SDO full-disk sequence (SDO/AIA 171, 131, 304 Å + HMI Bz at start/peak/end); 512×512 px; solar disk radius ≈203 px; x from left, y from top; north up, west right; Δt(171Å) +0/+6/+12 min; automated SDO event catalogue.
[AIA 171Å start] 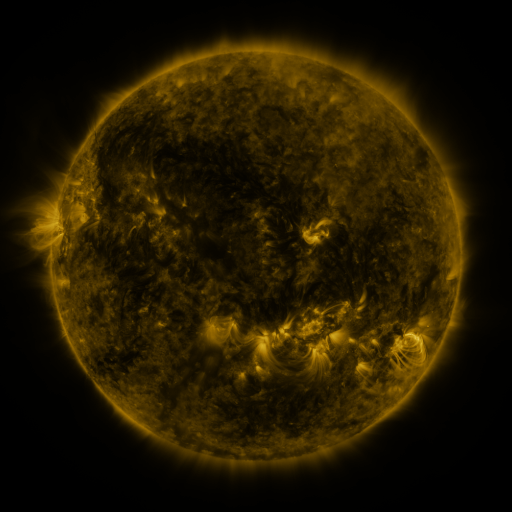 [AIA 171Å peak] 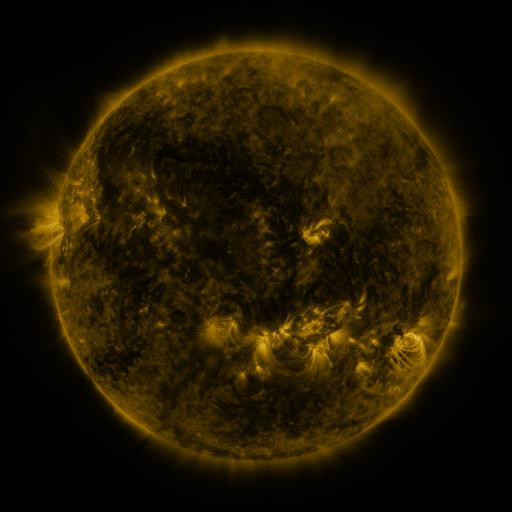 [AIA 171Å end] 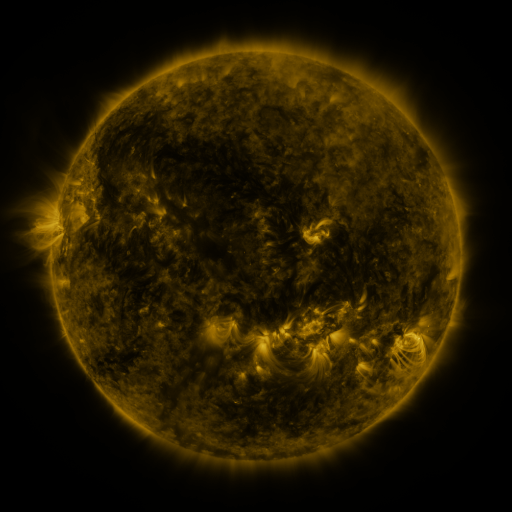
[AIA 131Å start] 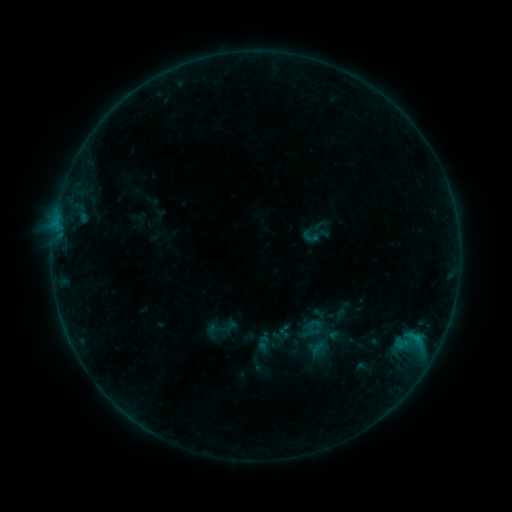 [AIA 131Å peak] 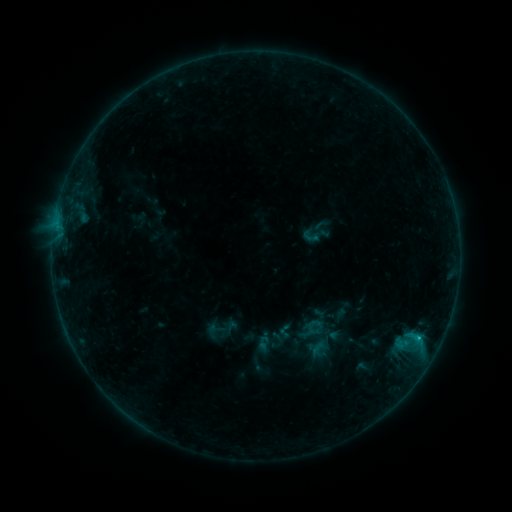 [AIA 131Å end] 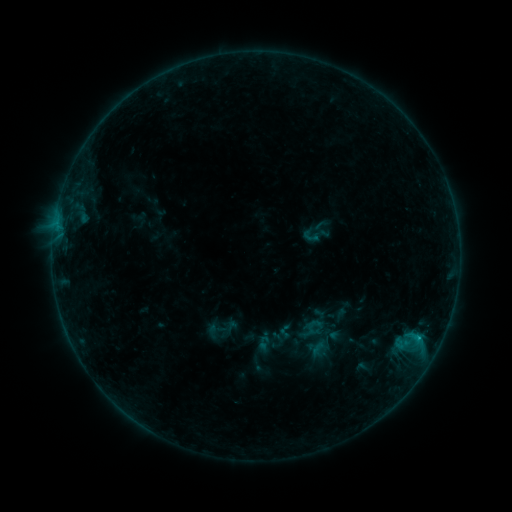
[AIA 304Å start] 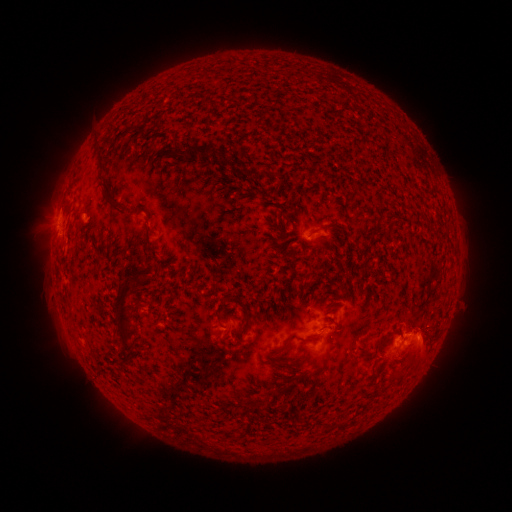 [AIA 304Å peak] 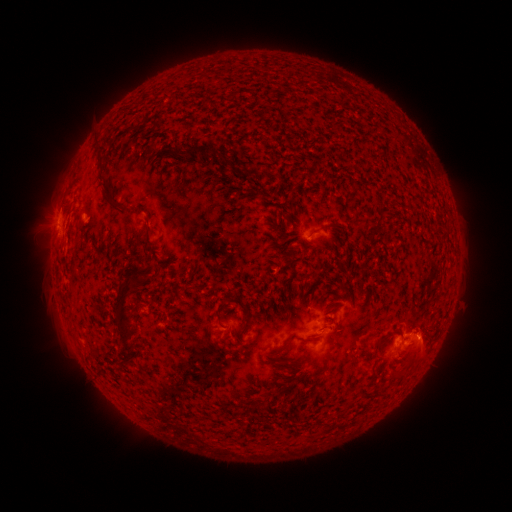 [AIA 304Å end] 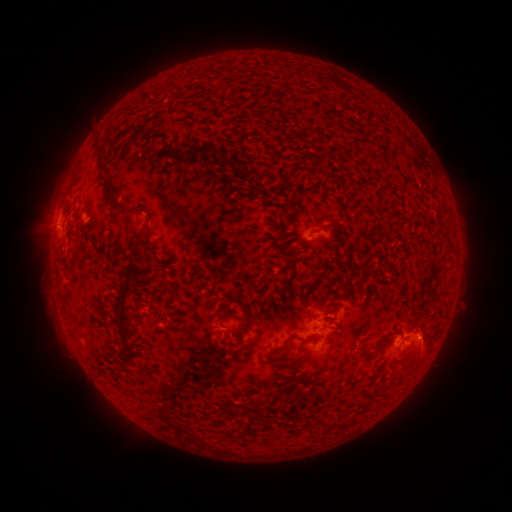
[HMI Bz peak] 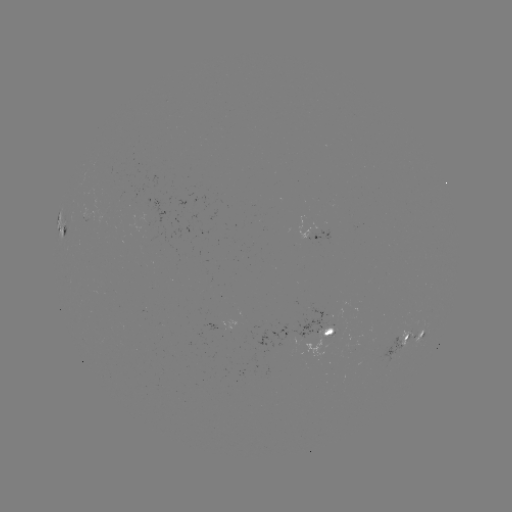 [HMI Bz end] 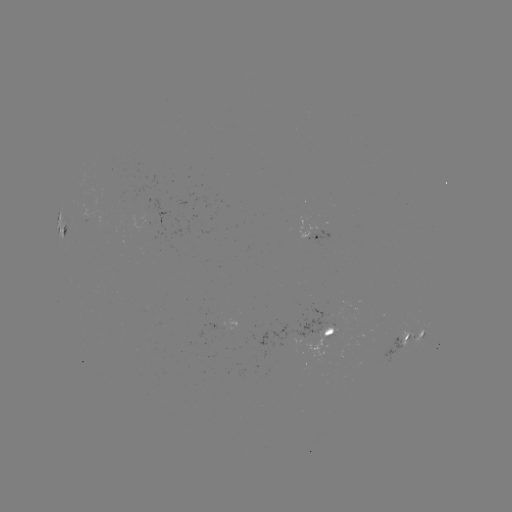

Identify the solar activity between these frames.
B8.2 flare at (418, 337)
